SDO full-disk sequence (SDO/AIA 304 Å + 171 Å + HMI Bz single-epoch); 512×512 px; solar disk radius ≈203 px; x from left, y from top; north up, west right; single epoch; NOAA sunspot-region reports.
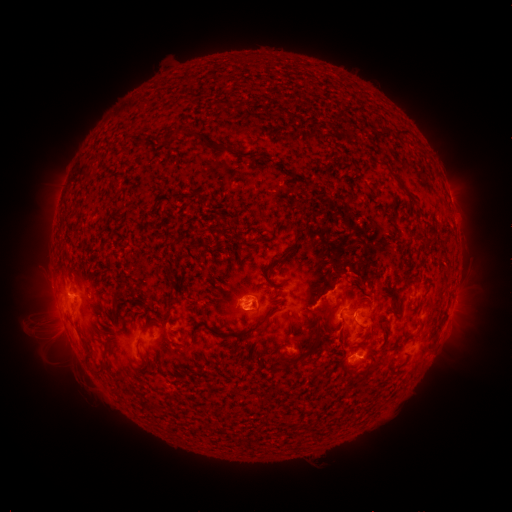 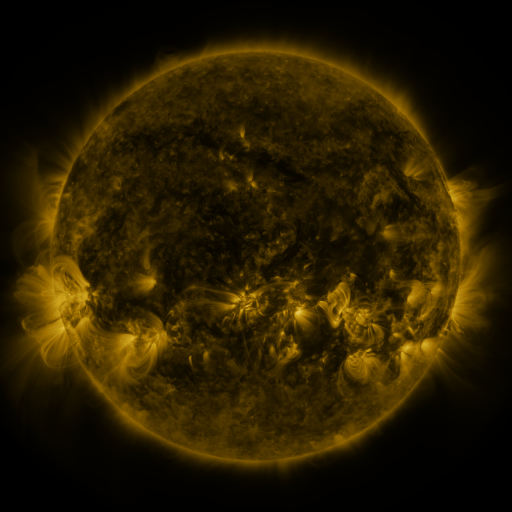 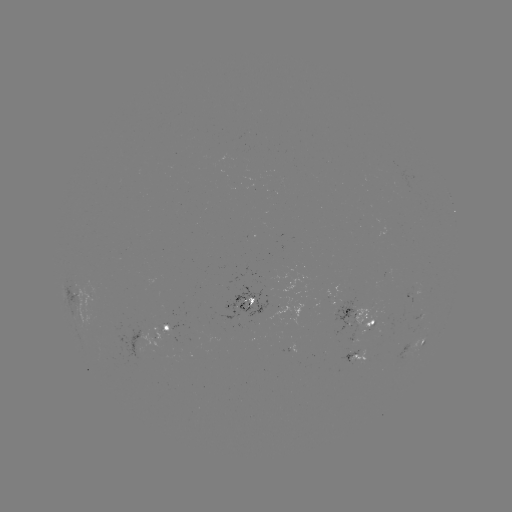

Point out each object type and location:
spotted active region: (413, 295)
spotted active region: (238, 306)
spotted active region: (365, 316)
spotted active region: (172, 329)
spotted active region: (417, 345)
spotted active region: (363, 355)
